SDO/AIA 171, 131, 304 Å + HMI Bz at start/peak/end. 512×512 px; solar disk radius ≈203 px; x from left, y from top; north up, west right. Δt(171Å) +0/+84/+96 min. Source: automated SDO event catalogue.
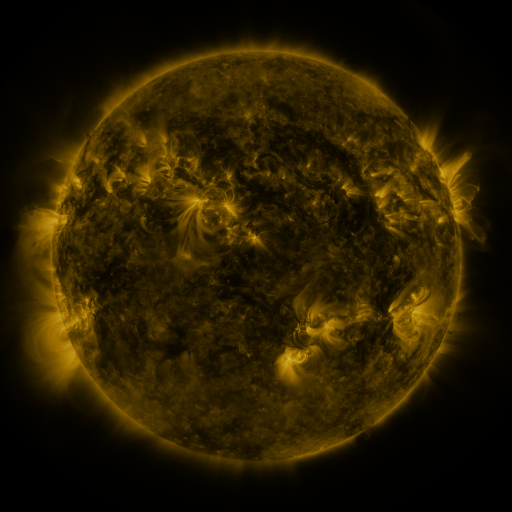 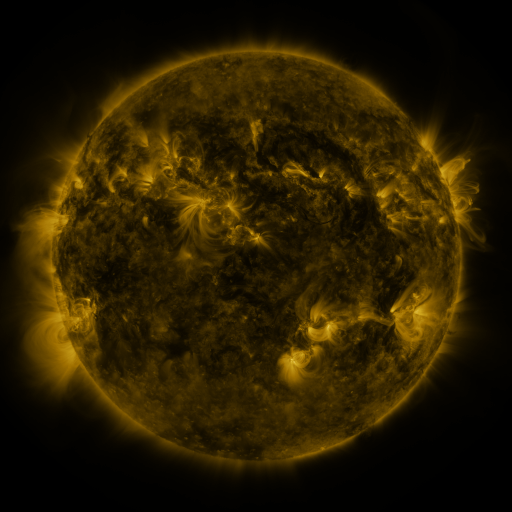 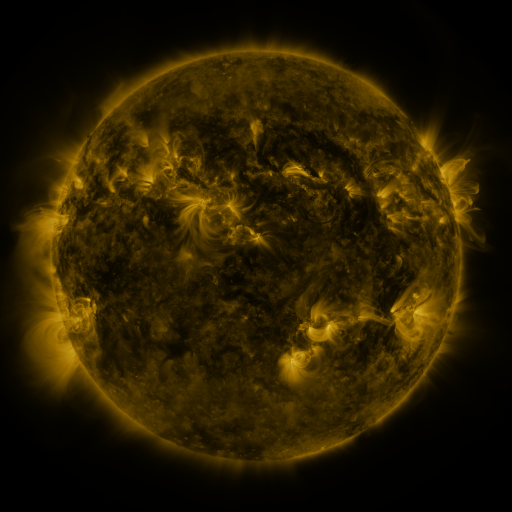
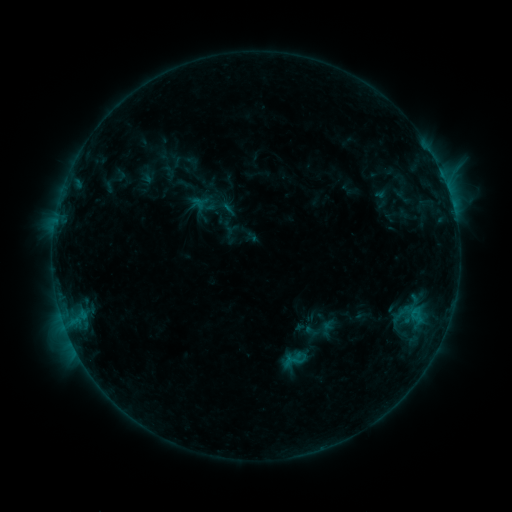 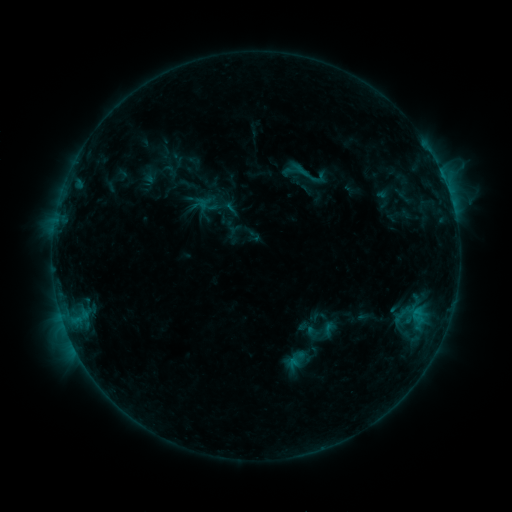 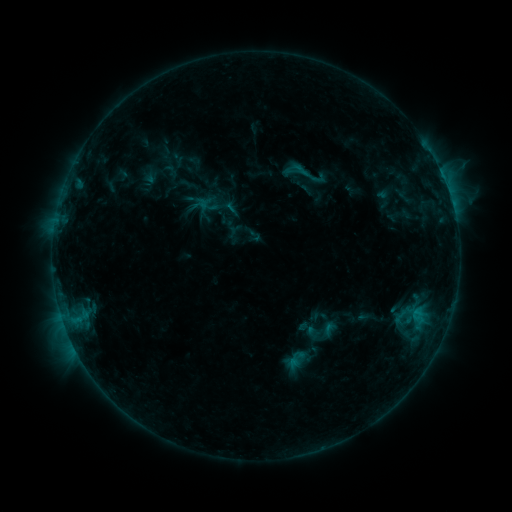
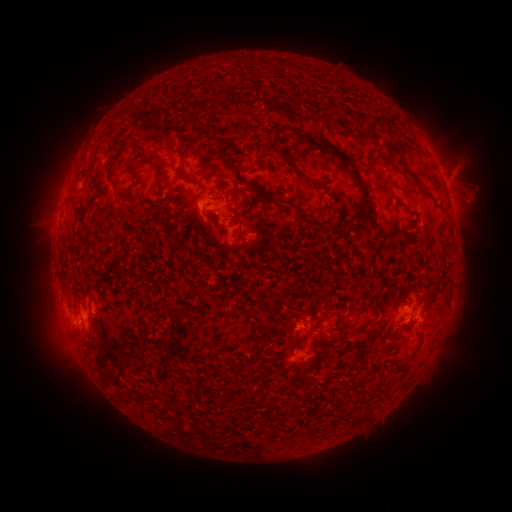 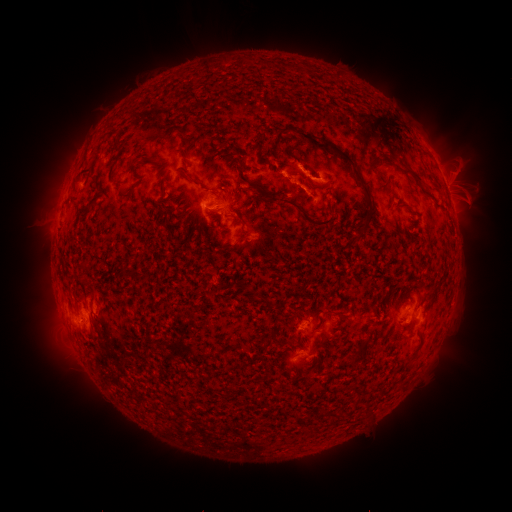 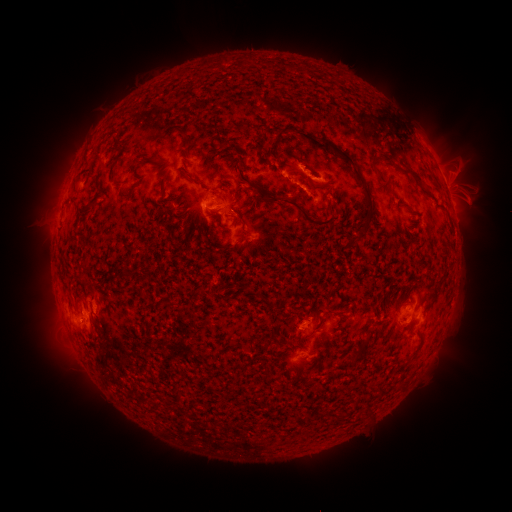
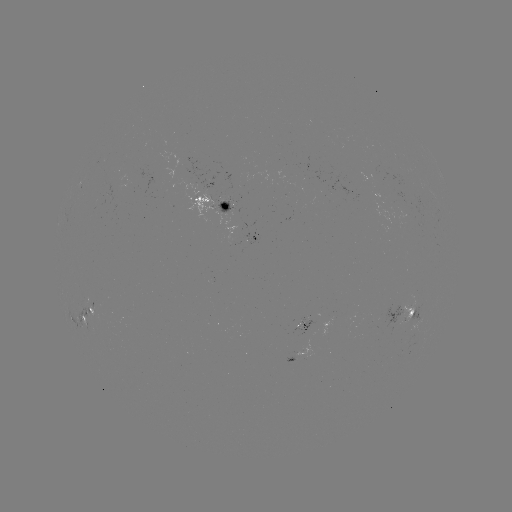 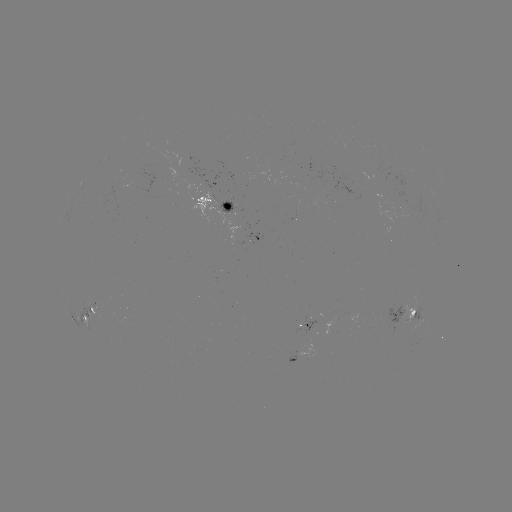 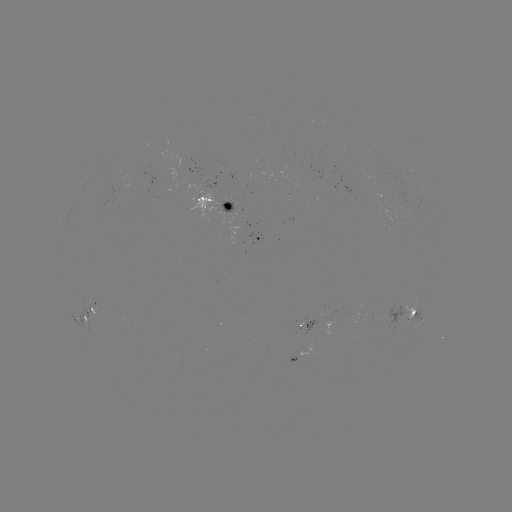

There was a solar emerging-flux region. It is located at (412, 309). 